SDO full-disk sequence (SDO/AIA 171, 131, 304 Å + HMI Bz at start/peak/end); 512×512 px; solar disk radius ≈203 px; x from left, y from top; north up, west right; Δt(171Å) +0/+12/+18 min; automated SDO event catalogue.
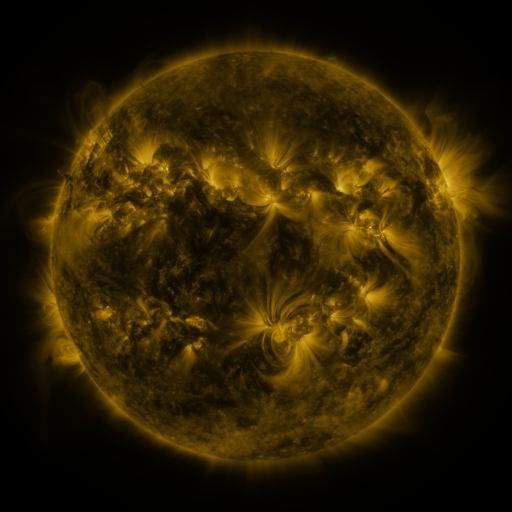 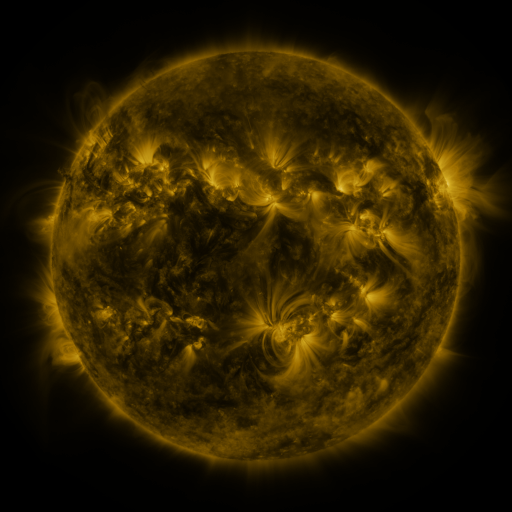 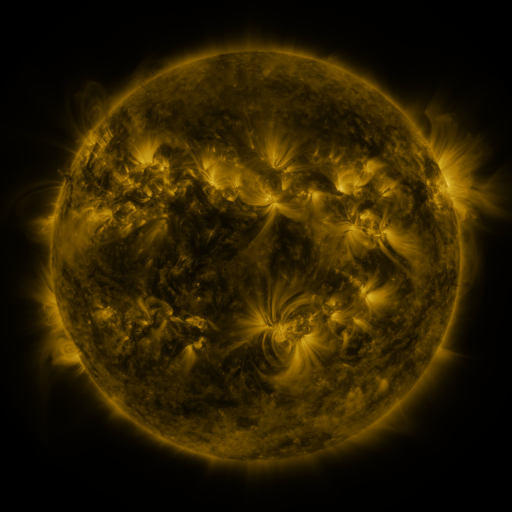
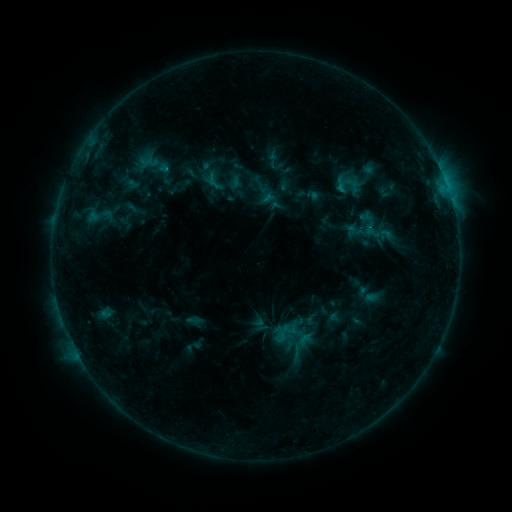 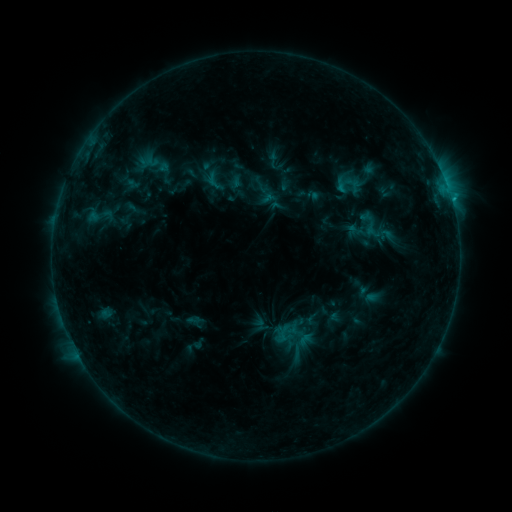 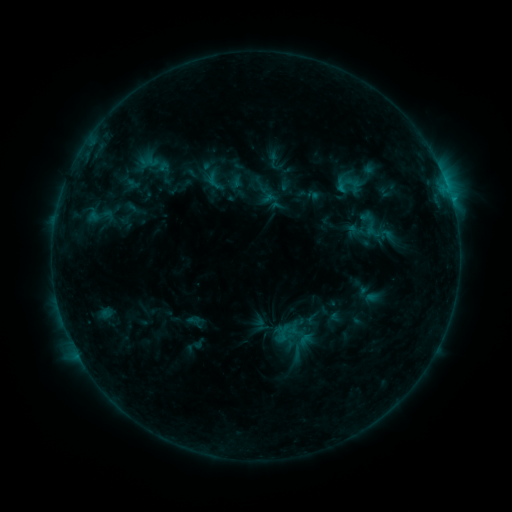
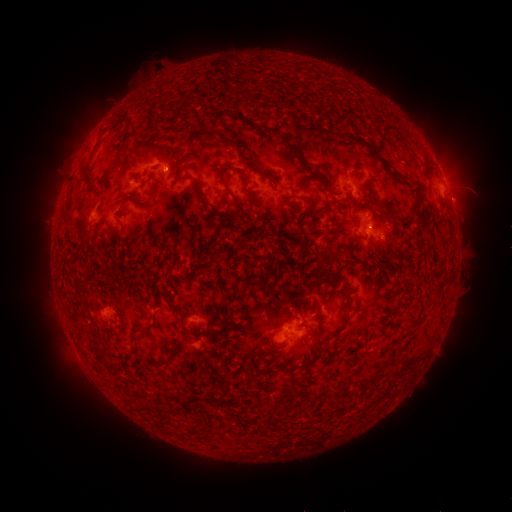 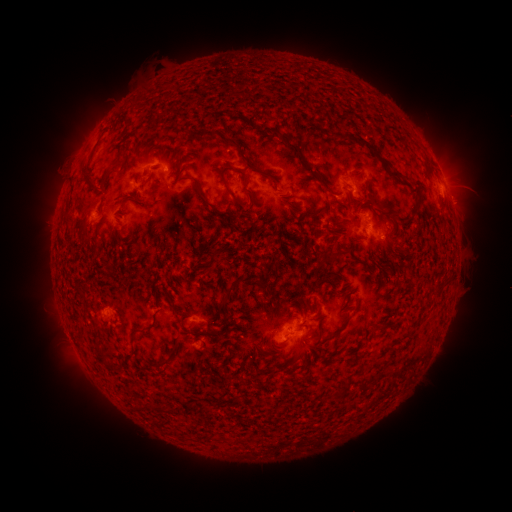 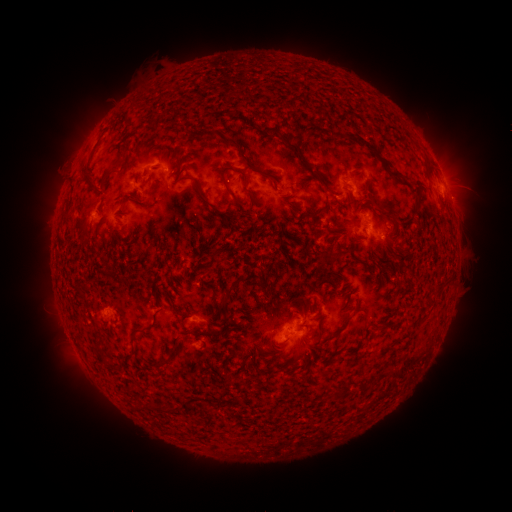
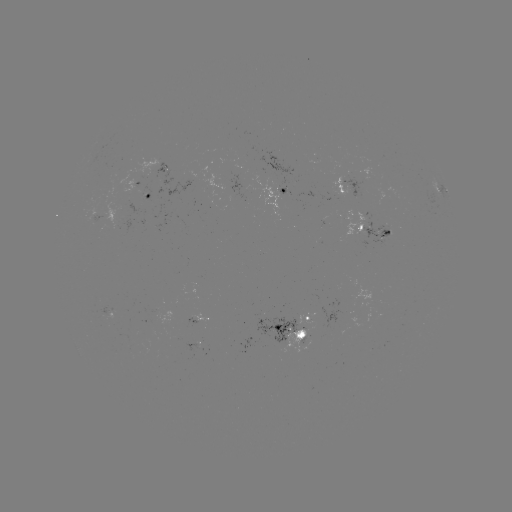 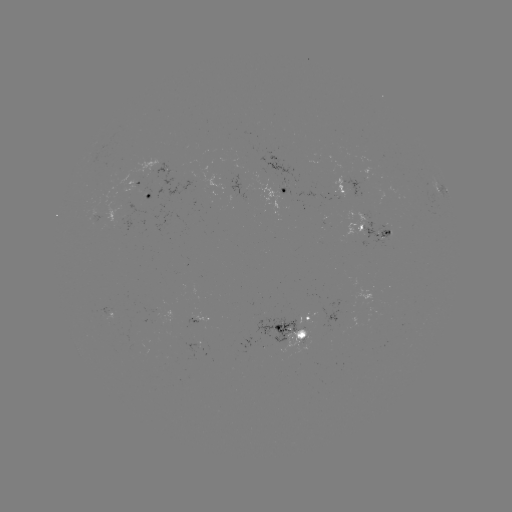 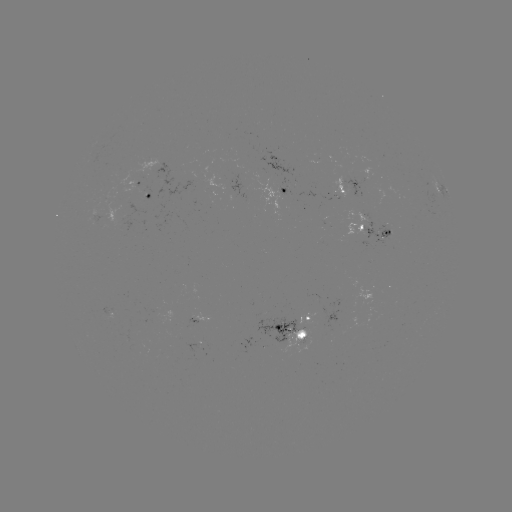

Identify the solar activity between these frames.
B7.9 flare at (451, 200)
